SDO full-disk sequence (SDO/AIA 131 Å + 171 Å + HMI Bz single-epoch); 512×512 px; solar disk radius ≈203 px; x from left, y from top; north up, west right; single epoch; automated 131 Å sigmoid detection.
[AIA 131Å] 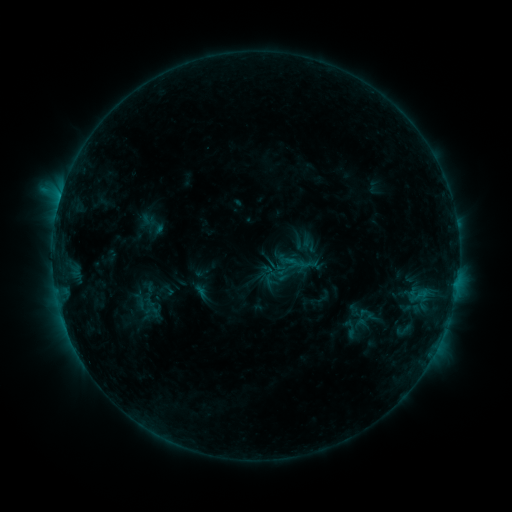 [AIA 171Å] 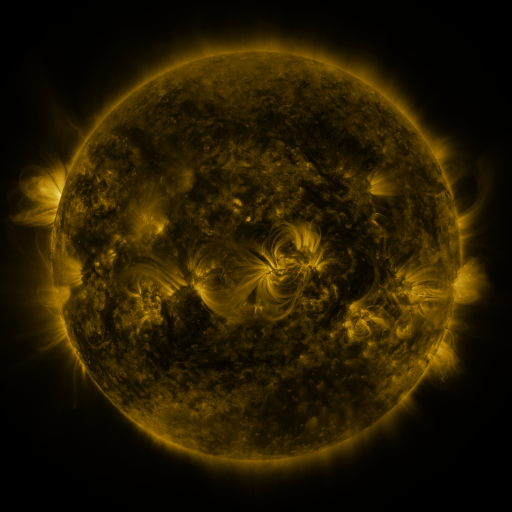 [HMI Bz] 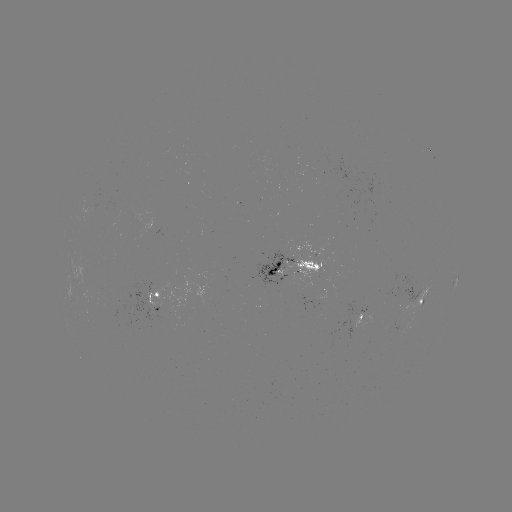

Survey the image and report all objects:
sigmoid: <bbox>353, 315, 369, 333</bbox>
sigmoid: <bbox>339, 317, 361, 340</bbox>
